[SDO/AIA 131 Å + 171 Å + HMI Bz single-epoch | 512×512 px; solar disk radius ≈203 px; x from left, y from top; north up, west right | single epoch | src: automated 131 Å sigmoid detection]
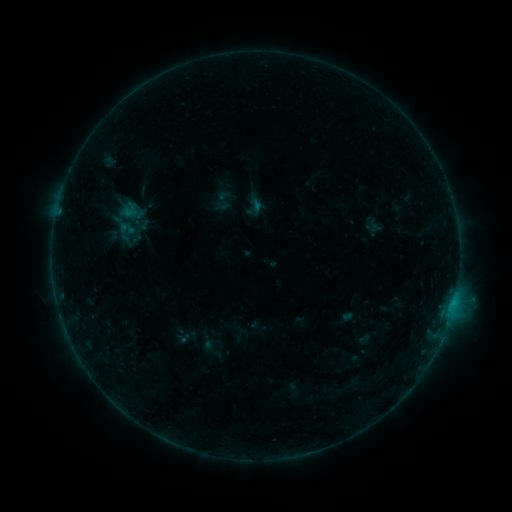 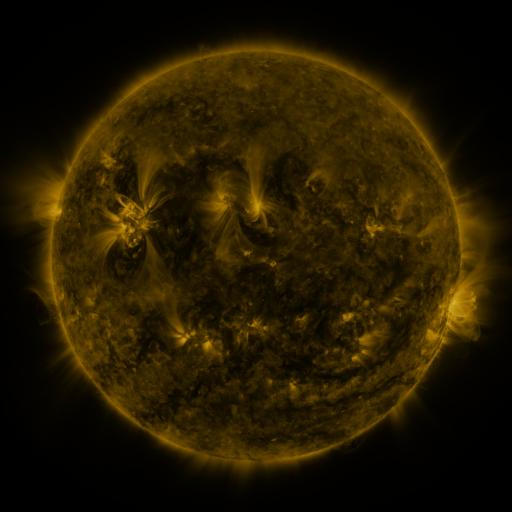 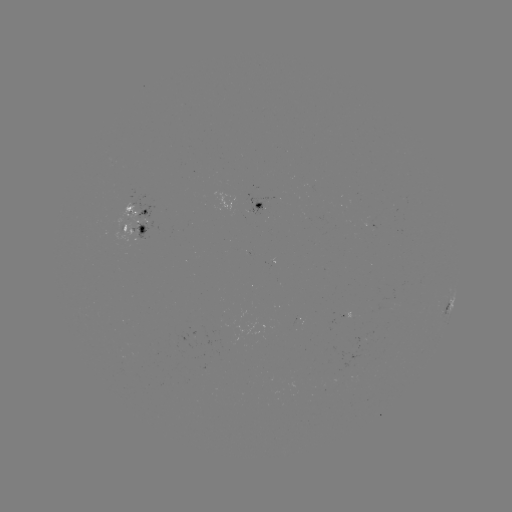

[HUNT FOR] sigmoid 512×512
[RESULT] (131, 209)